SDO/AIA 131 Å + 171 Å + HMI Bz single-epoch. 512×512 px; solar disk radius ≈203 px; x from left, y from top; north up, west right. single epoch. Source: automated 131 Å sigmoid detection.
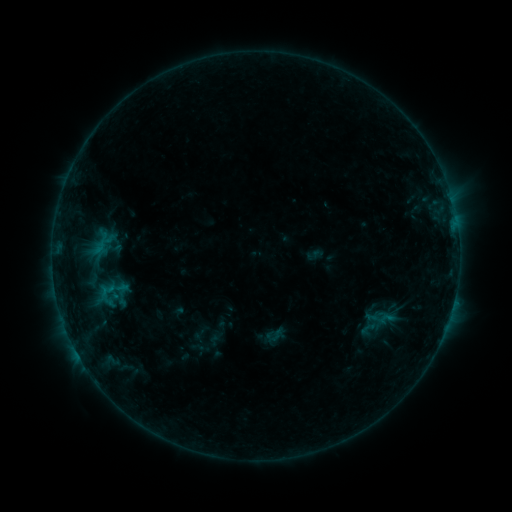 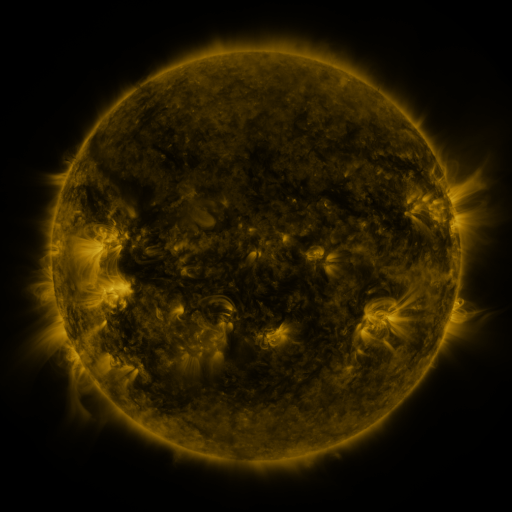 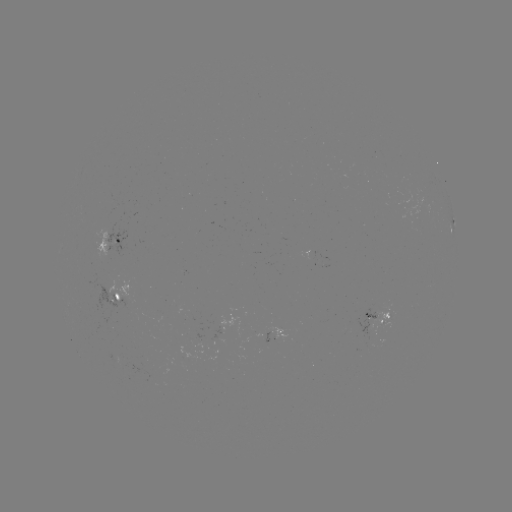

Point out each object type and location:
sigmoid: (110, 293)
